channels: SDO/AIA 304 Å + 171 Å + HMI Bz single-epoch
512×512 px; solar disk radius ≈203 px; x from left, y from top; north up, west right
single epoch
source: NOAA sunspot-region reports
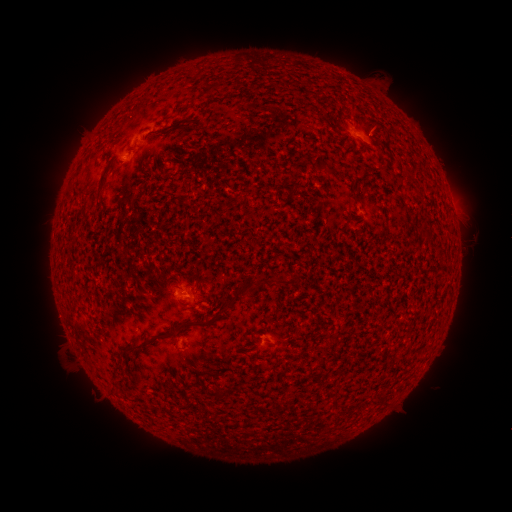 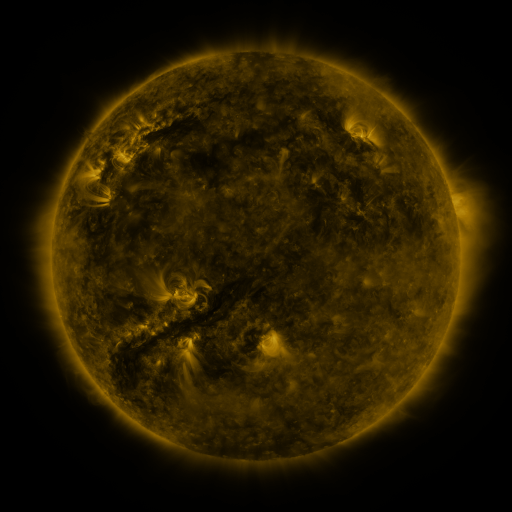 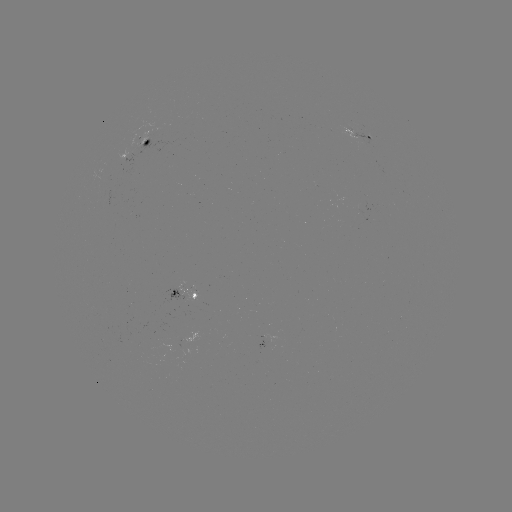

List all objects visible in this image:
spotted active region: (362, 134)
spotted active region: (144, 140)
spotted active region: (184, 287)
